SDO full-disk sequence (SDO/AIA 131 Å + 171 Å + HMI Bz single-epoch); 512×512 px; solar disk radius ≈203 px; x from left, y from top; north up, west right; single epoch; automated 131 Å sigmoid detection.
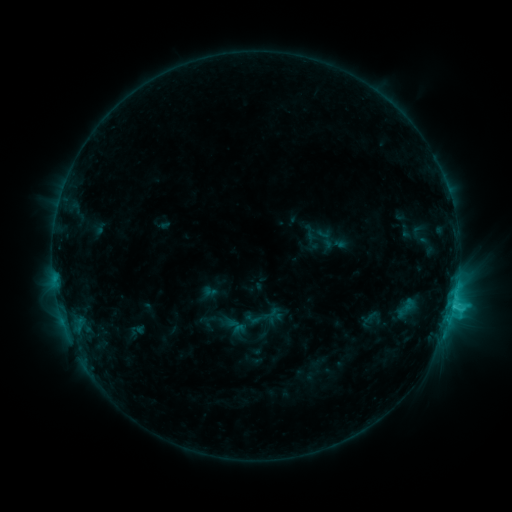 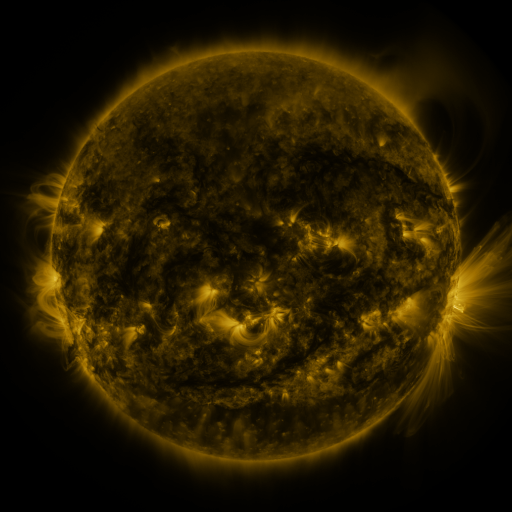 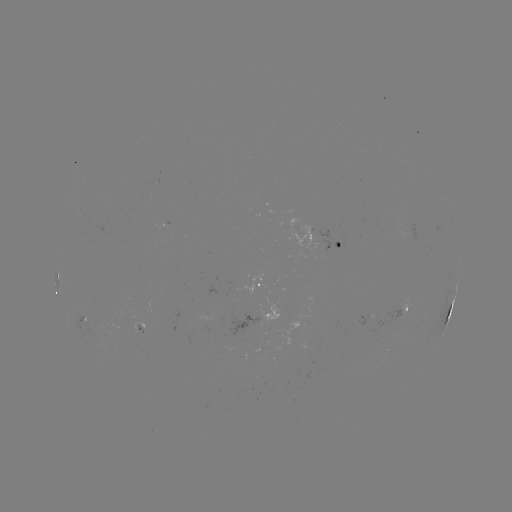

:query sigmoid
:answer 260,318